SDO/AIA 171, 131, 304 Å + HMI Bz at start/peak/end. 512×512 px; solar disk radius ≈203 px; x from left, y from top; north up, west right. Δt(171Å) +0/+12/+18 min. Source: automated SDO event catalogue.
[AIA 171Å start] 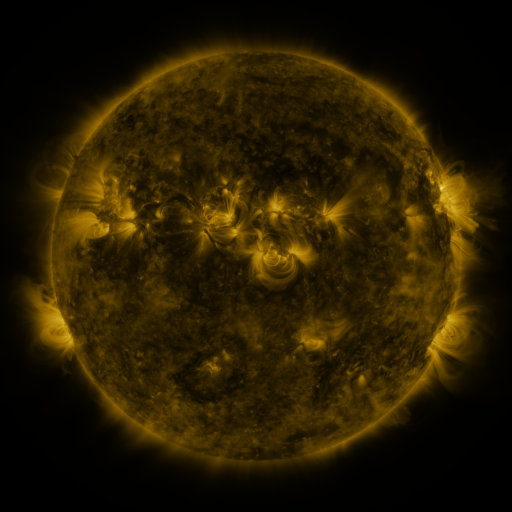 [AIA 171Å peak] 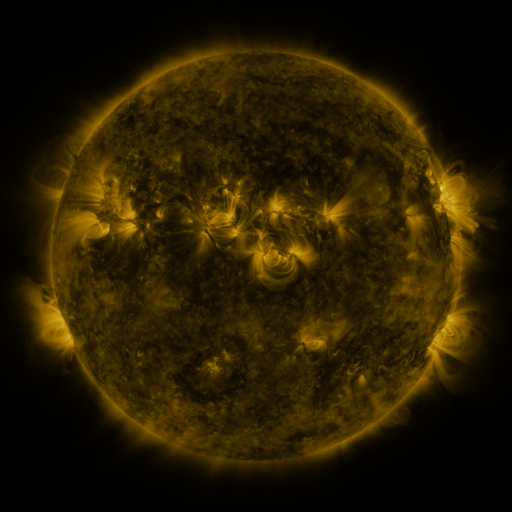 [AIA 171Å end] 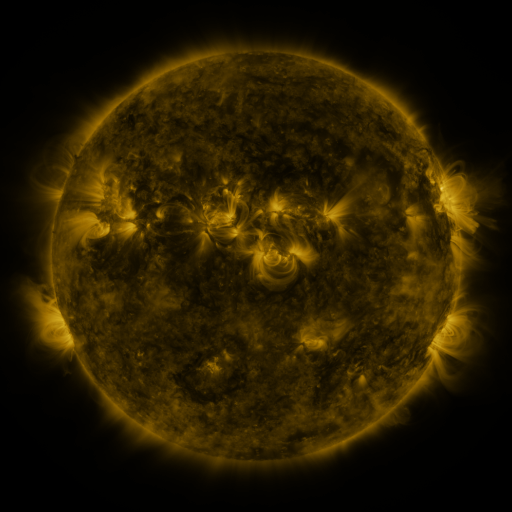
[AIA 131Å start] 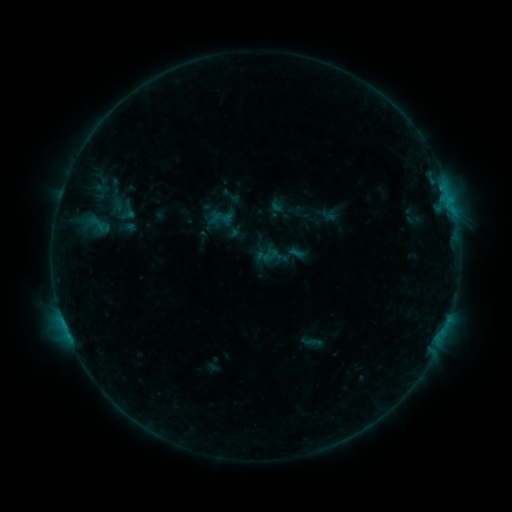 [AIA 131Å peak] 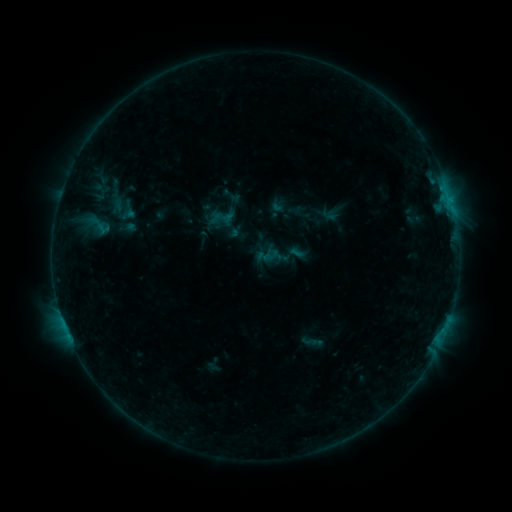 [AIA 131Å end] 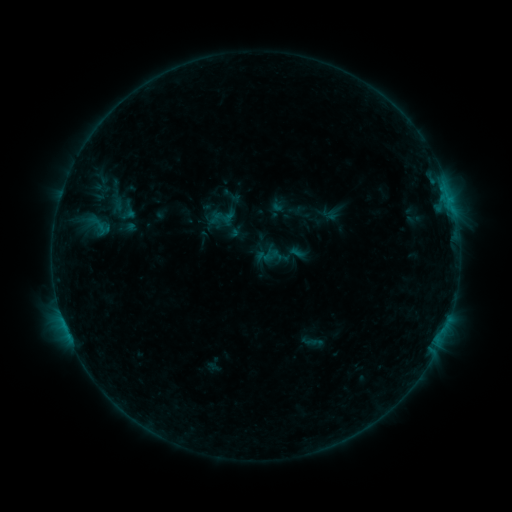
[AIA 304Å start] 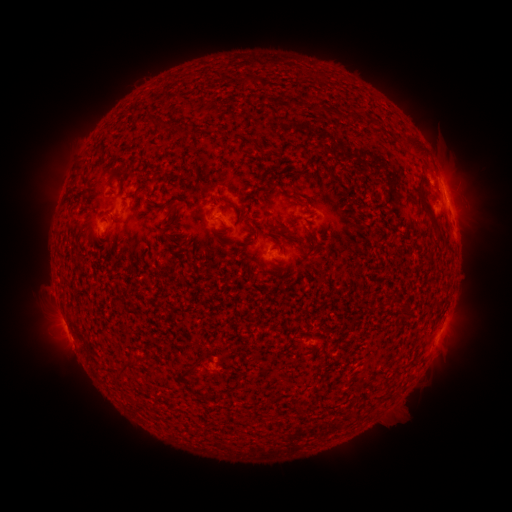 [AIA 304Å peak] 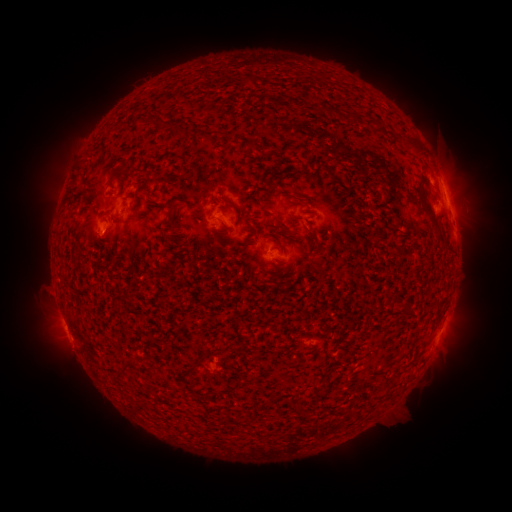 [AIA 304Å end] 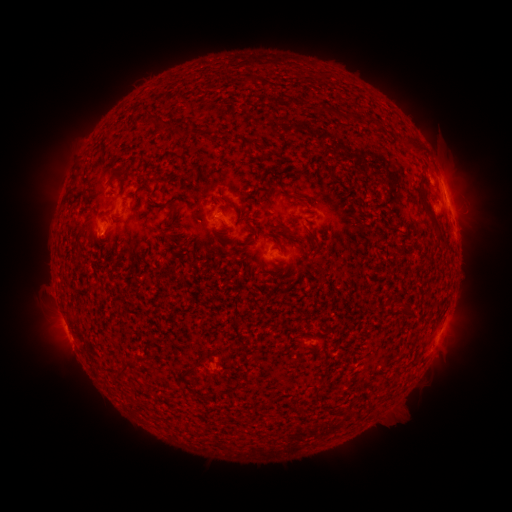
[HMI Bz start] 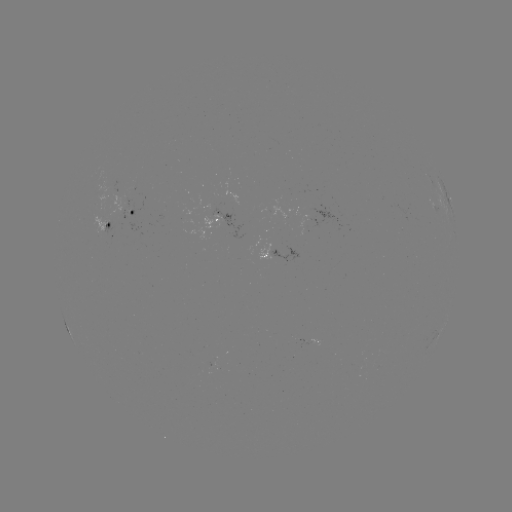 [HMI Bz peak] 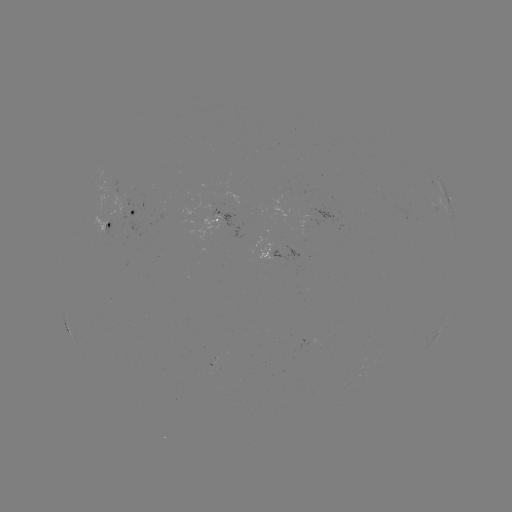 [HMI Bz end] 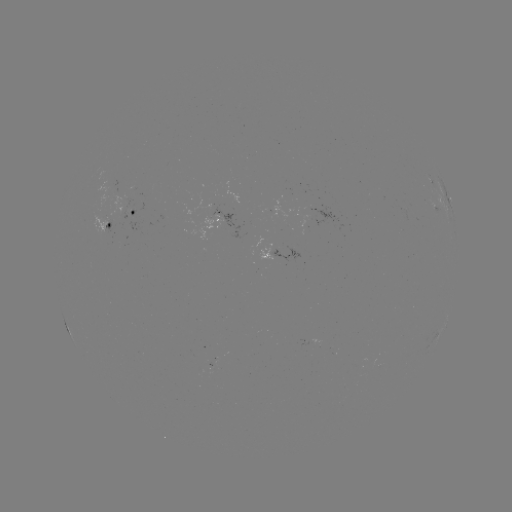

no classed flare was catalogued and no EUV brightening was flagged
